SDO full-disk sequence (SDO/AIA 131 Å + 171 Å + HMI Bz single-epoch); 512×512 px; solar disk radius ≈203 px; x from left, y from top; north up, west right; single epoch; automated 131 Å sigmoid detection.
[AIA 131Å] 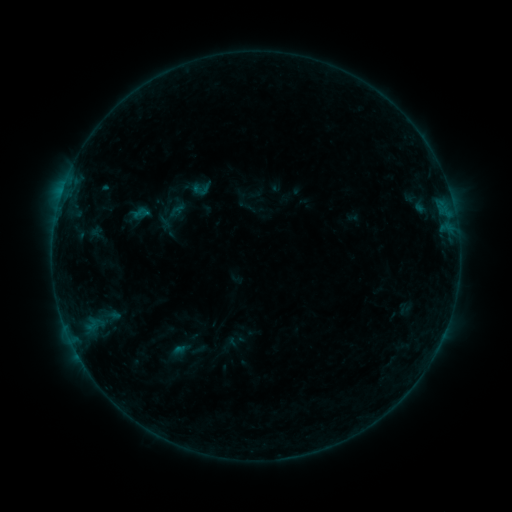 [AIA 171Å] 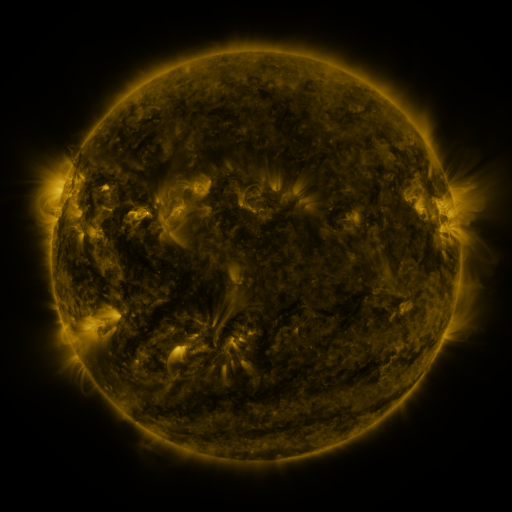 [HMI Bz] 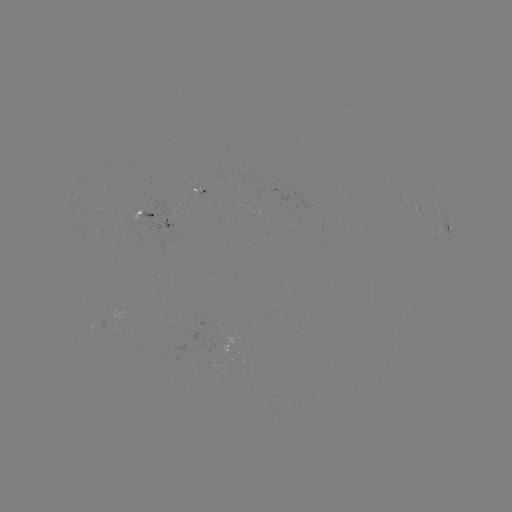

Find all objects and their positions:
sigmoid: (192, 181, 211, 199)
